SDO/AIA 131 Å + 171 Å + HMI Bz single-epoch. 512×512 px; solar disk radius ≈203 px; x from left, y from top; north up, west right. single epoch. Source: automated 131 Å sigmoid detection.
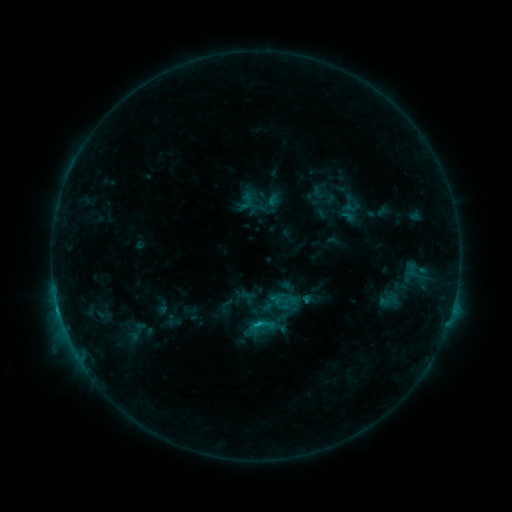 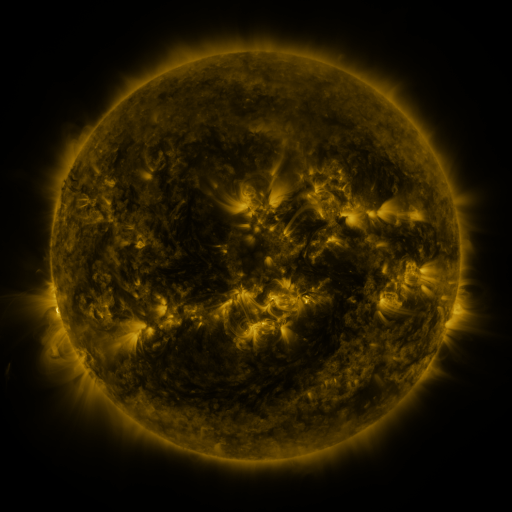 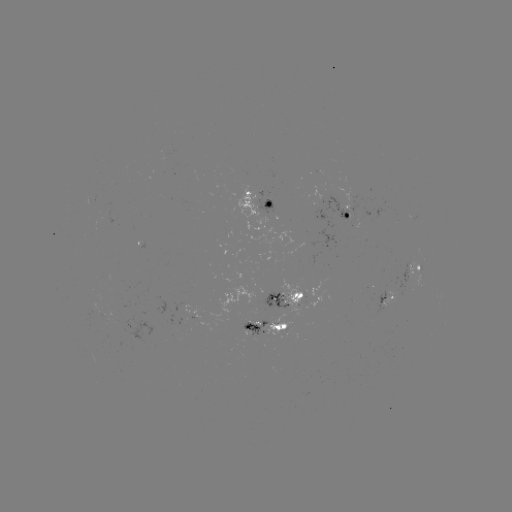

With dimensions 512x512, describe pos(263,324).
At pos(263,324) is sigmoid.